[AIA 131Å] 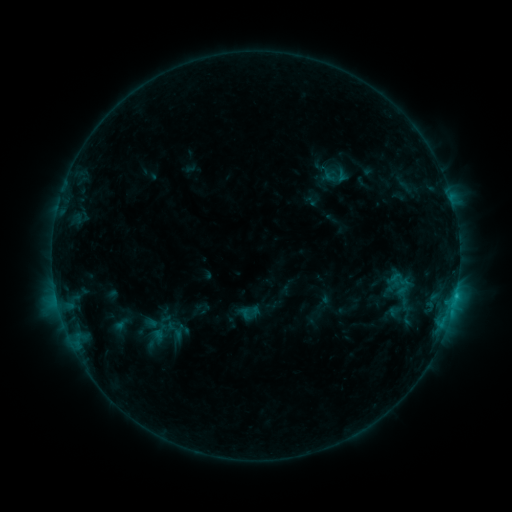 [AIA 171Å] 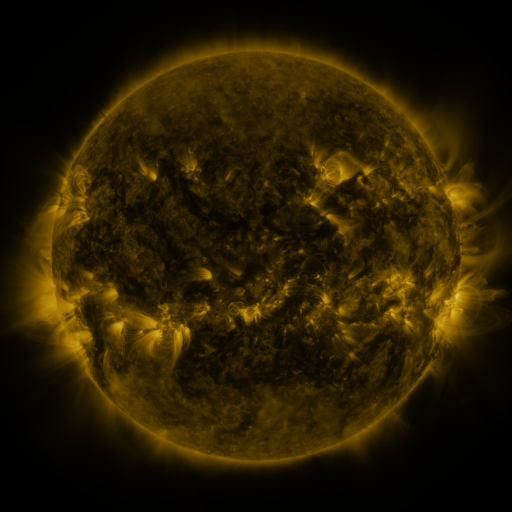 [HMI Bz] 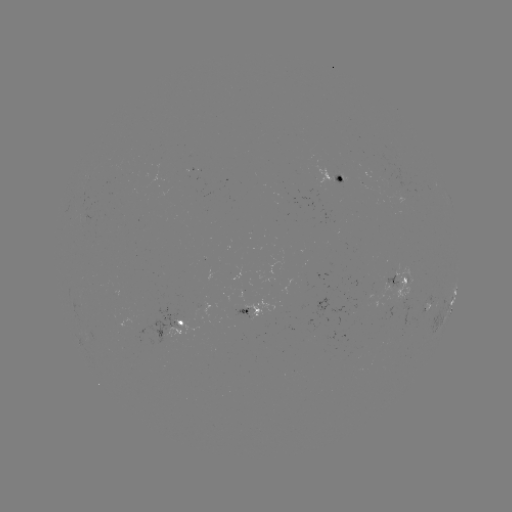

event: sigmoid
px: (396, 279)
